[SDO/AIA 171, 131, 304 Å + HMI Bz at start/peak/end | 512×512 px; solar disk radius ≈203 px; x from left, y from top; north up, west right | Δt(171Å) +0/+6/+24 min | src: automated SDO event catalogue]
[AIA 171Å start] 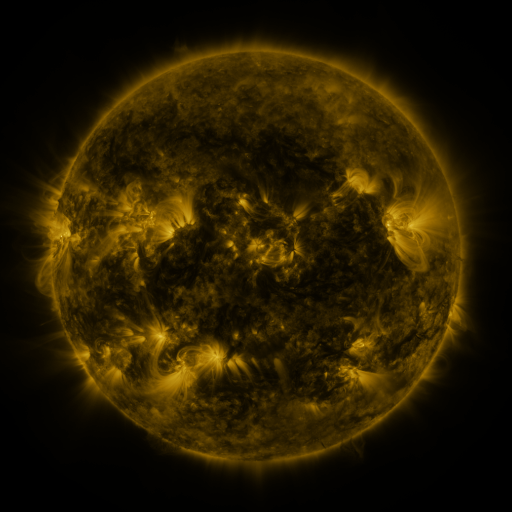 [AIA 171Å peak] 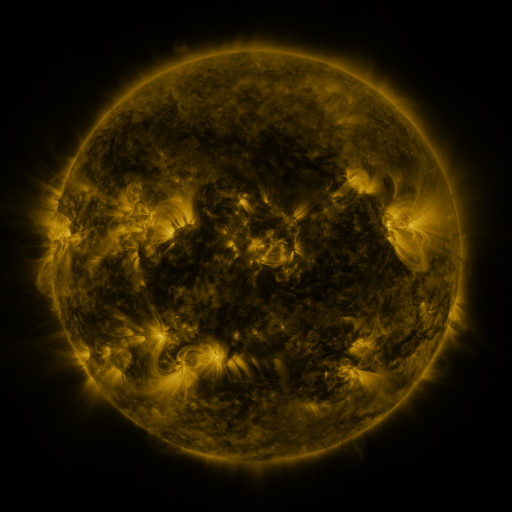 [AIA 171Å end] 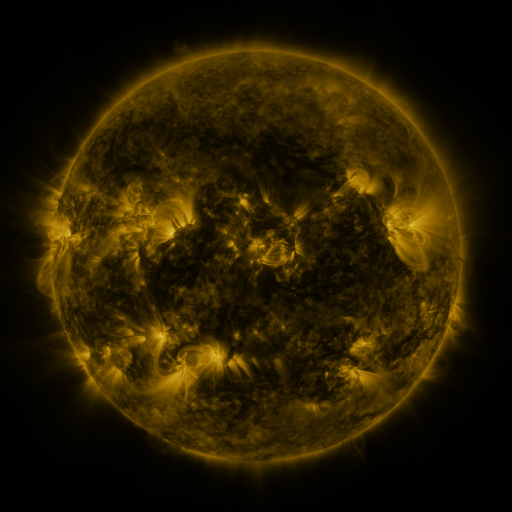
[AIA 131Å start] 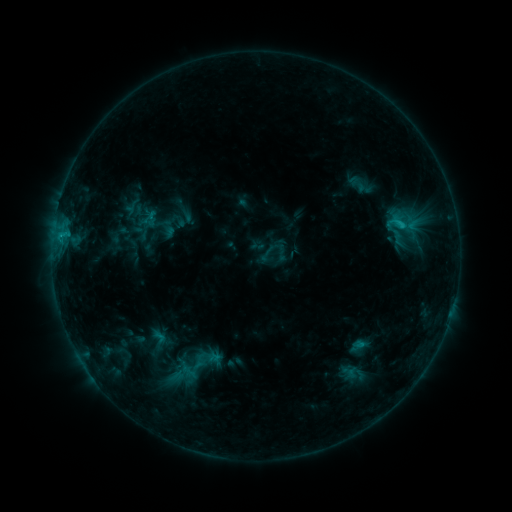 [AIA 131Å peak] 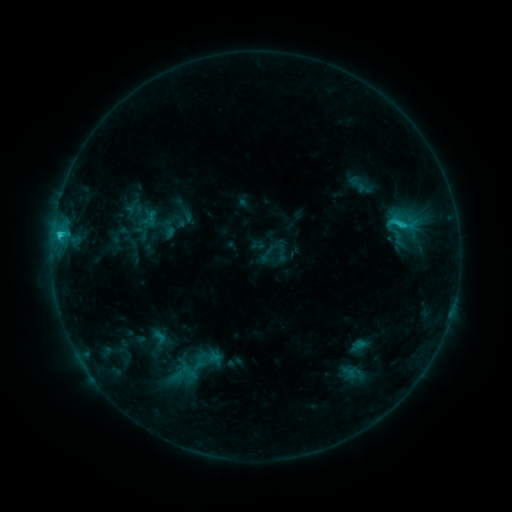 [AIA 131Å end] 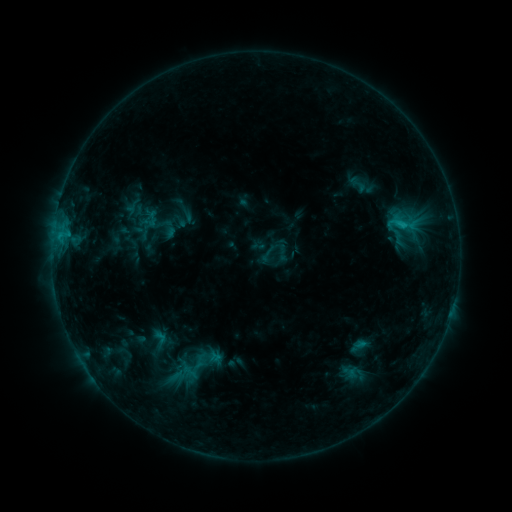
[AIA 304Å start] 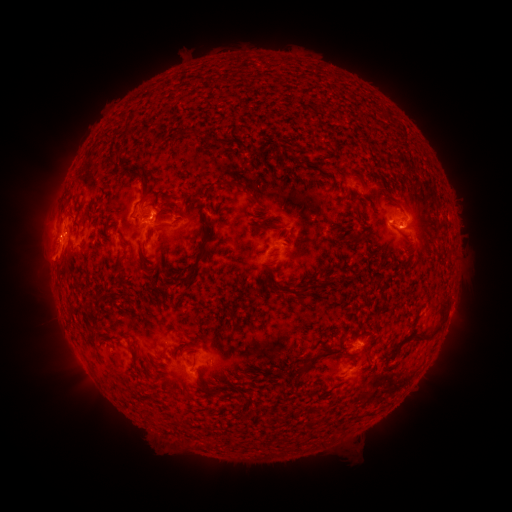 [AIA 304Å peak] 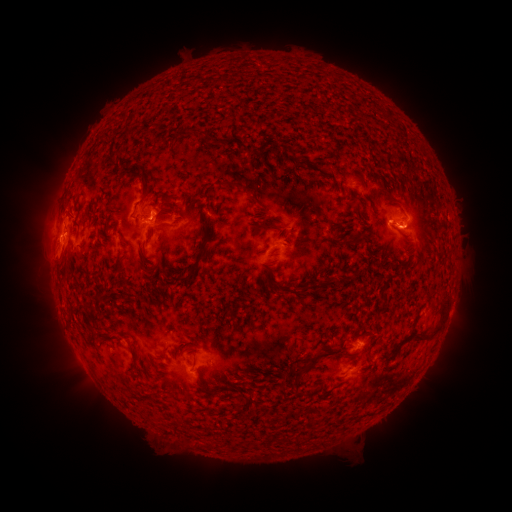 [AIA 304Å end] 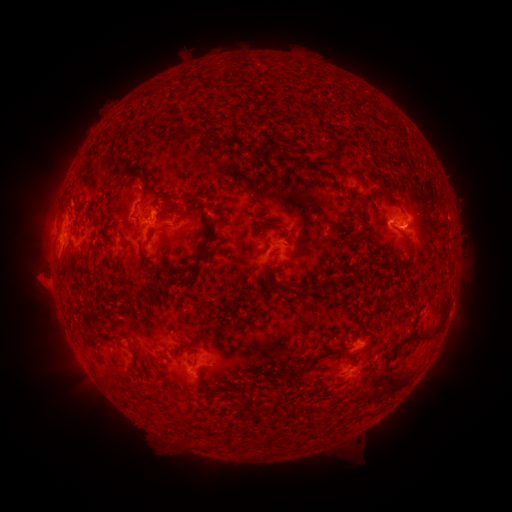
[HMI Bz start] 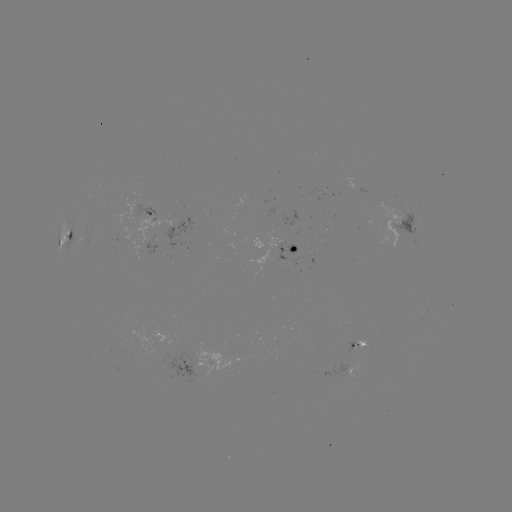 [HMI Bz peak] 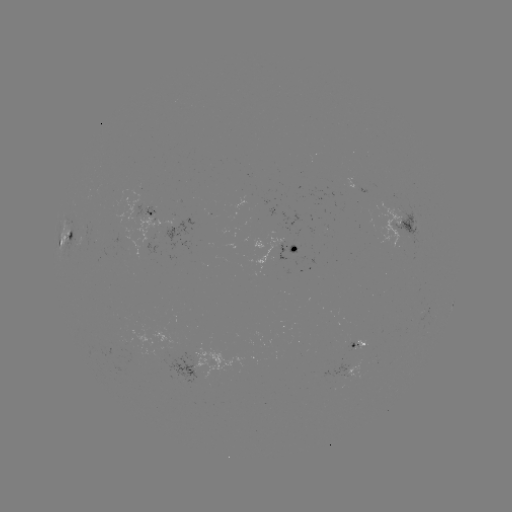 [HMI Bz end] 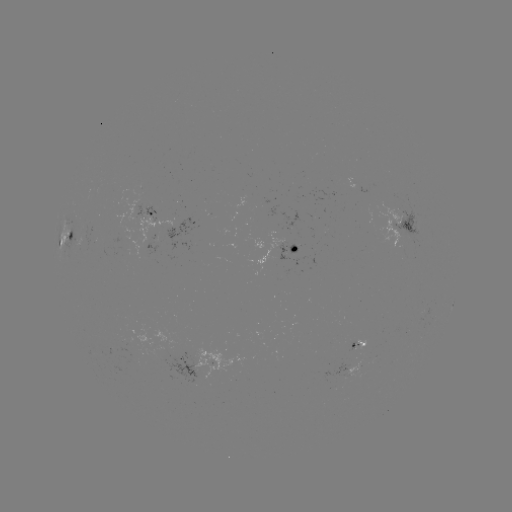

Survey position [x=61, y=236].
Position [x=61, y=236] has C1.8 flare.